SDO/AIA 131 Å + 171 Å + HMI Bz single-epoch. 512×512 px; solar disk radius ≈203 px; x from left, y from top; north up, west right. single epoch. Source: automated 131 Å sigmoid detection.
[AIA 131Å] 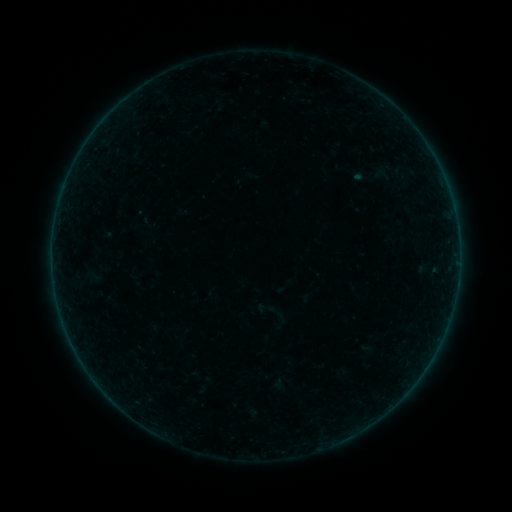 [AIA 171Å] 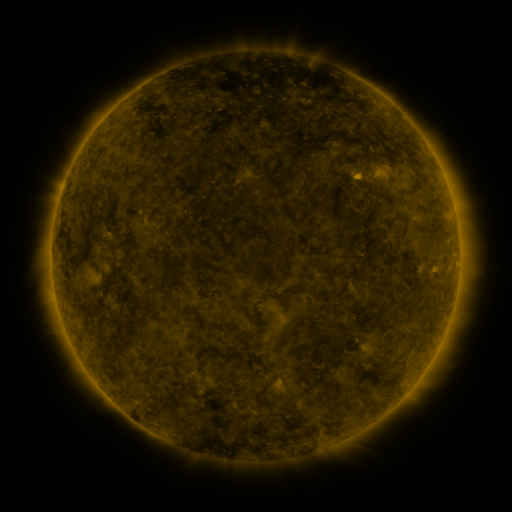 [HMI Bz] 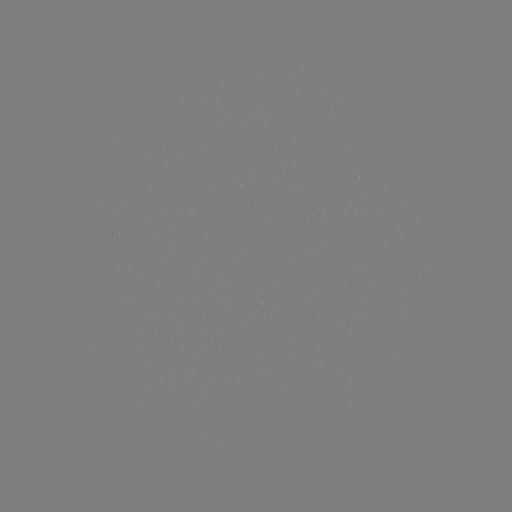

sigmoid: [256, 299, 273, 316]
